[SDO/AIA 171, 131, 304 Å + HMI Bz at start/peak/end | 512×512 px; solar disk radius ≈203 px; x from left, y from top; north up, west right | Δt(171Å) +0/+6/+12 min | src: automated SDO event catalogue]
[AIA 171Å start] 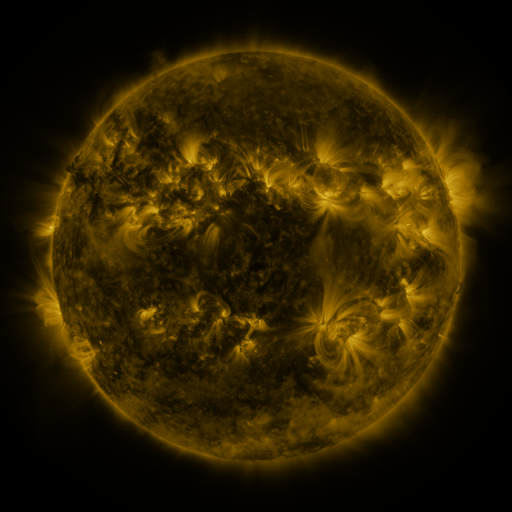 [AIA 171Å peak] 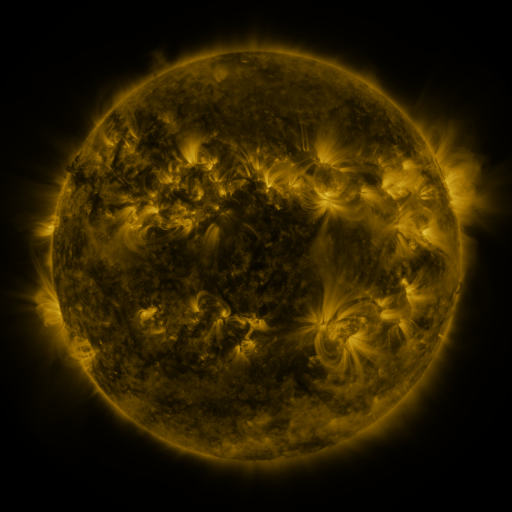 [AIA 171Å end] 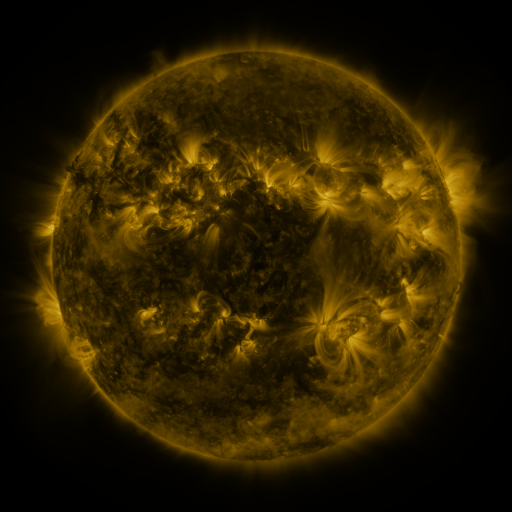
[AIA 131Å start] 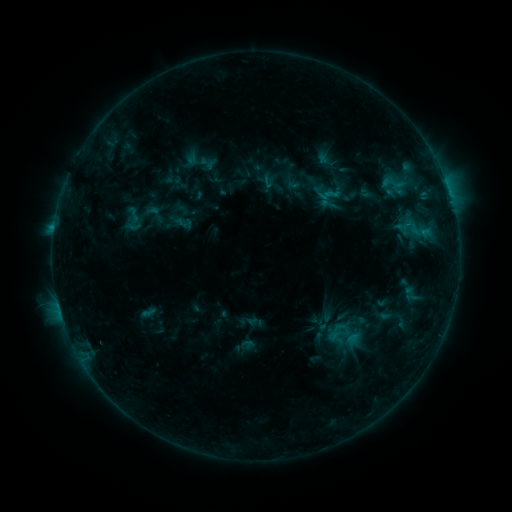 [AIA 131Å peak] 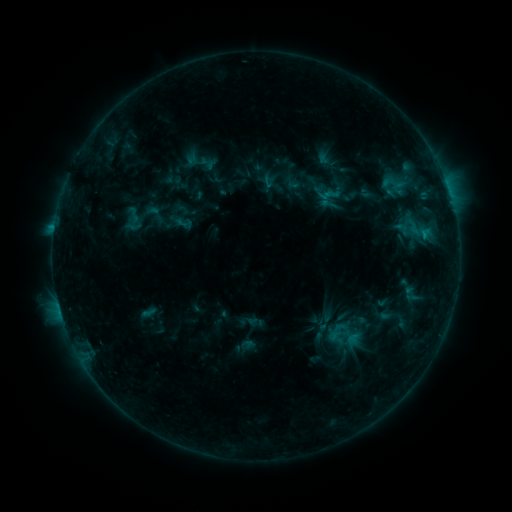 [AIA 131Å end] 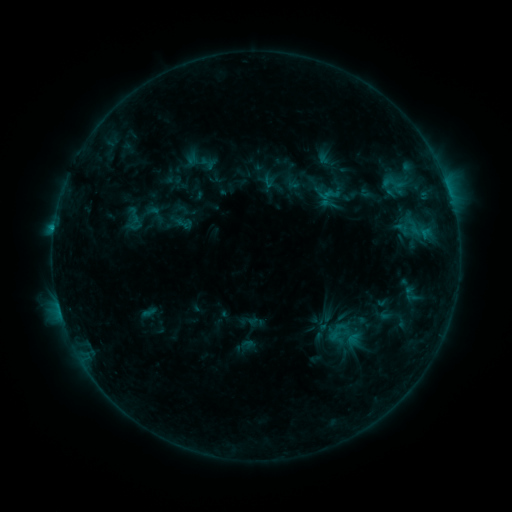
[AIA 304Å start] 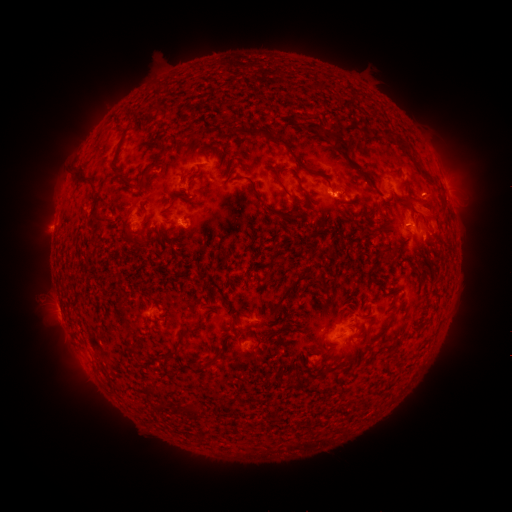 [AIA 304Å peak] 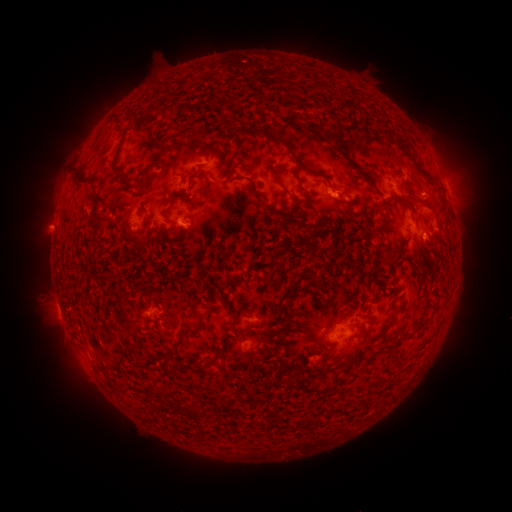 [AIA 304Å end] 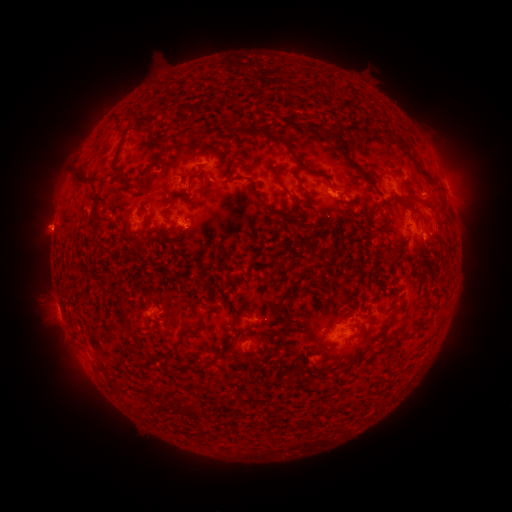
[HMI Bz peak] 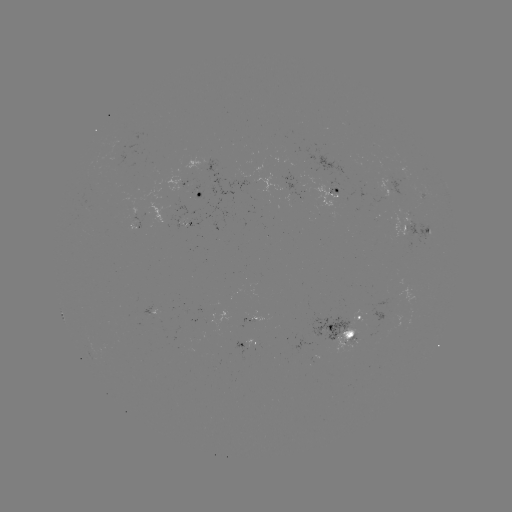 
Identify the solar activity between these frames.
eruption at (433, 243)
